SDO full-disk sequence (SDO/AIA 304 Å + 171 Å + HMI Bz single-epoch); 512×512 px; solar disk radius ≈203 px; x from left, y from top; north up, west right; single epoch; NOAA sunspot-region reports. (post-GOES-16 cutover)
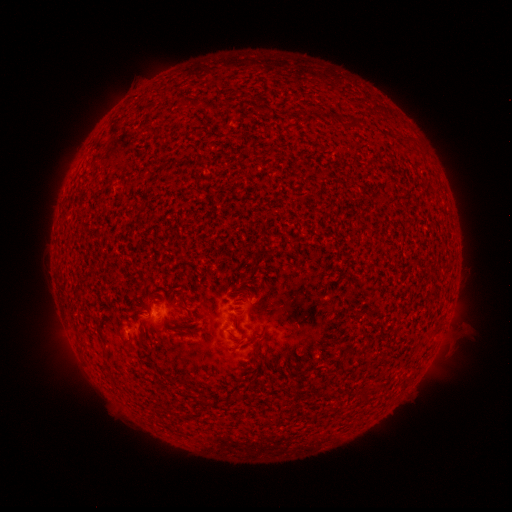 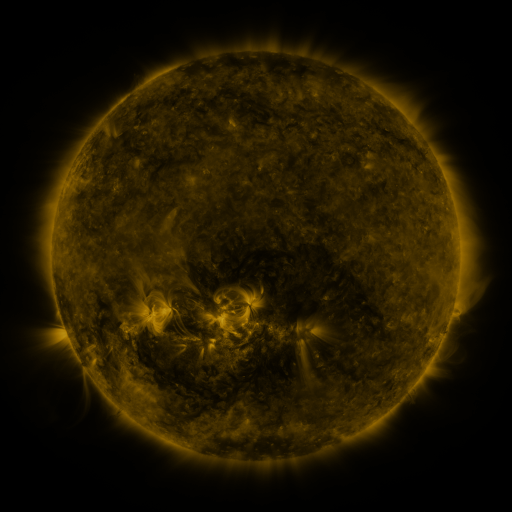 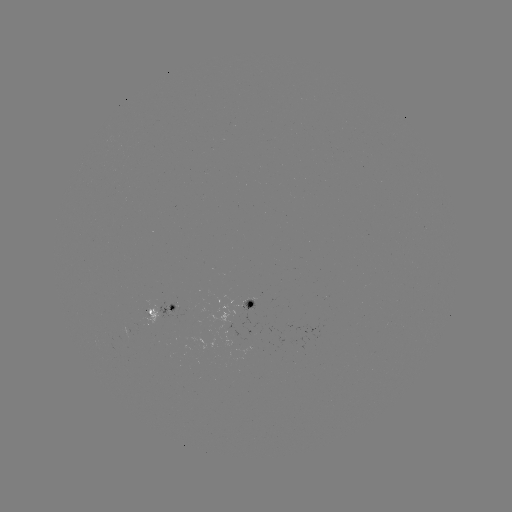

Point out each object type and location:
spotted active region: (252, 303)
spotted active region: (161, 308)
